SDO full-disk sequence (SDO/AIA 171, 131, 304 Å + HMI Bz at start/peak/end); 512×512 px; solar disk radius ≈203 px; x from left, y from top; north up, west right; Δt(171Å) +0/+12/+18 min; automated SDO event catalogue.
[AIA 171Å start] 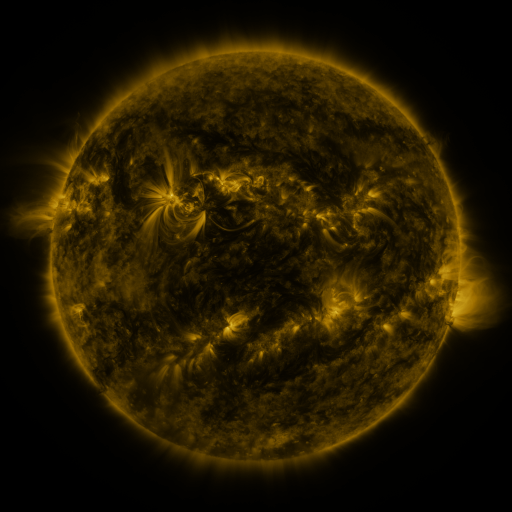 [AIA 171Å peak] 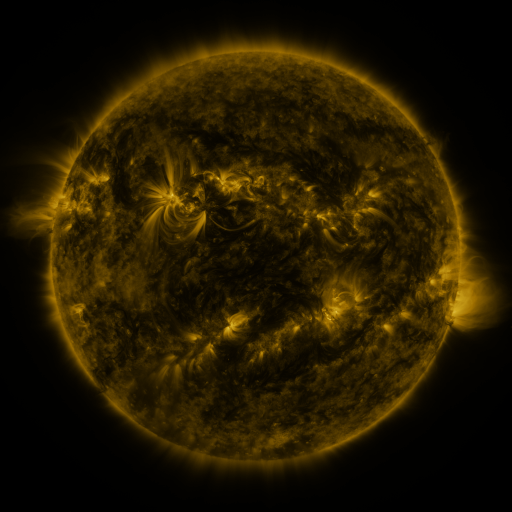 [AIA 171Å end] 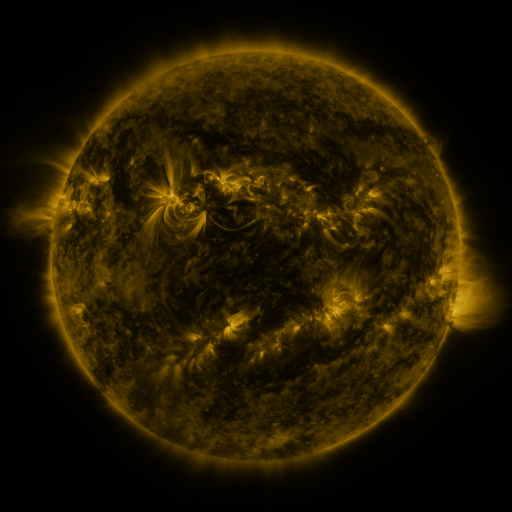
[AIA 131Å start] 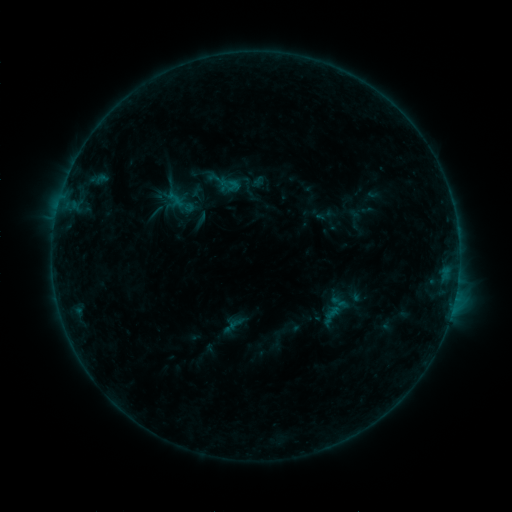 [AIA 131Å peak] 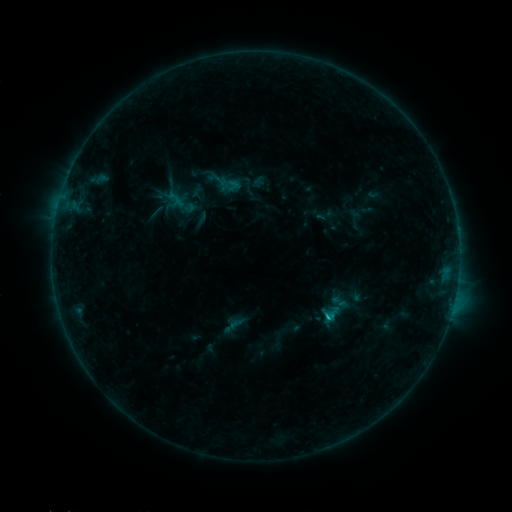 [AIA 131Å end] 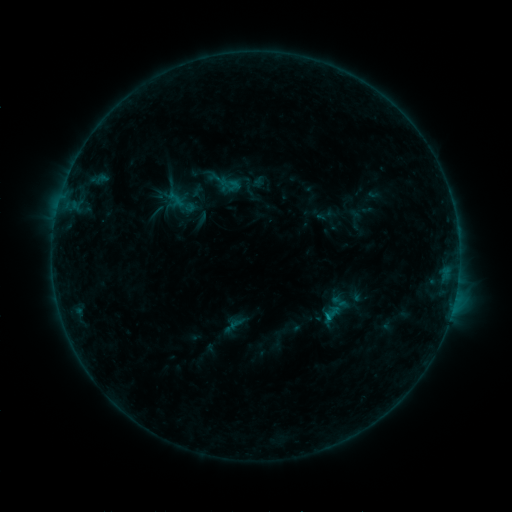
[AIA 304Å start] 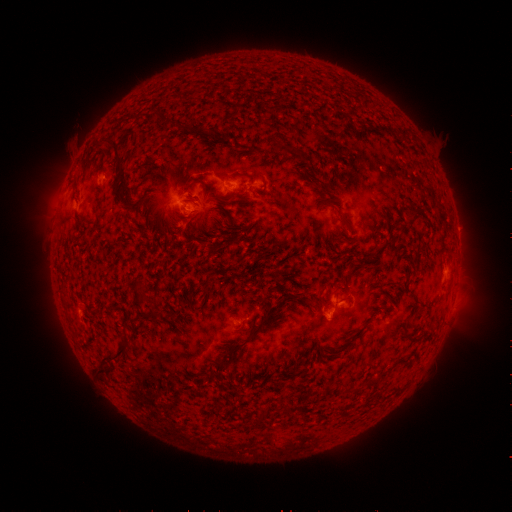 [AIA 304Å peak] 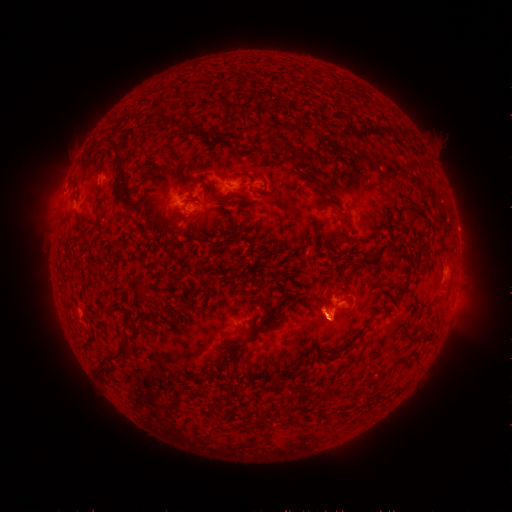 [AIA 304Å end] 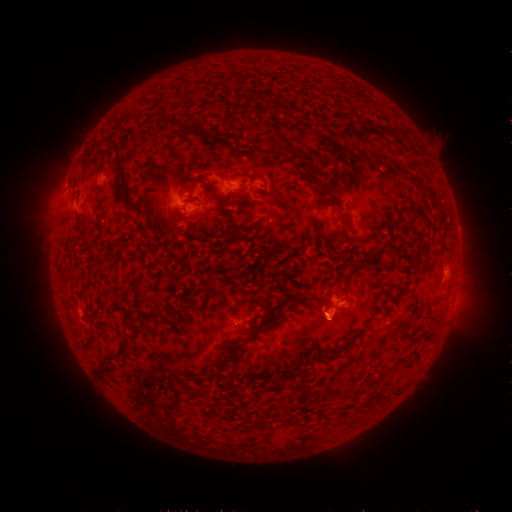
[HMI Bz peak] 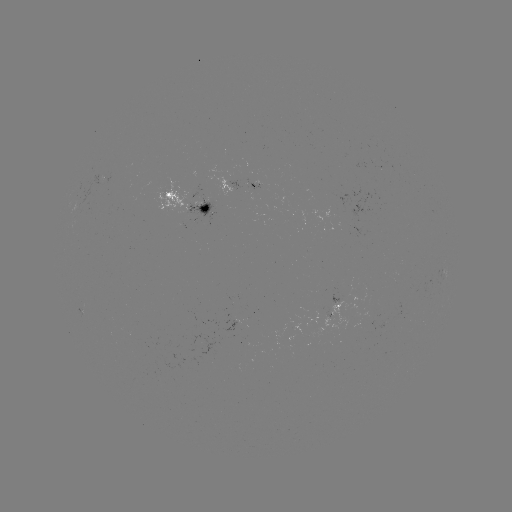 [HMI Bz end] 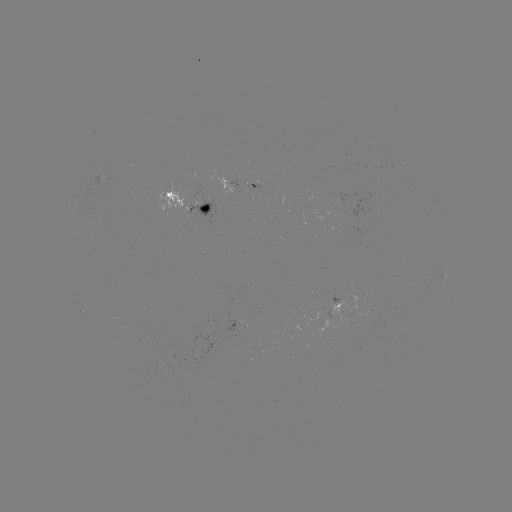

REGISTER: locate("B8.2 flare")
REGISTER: (325, 315)